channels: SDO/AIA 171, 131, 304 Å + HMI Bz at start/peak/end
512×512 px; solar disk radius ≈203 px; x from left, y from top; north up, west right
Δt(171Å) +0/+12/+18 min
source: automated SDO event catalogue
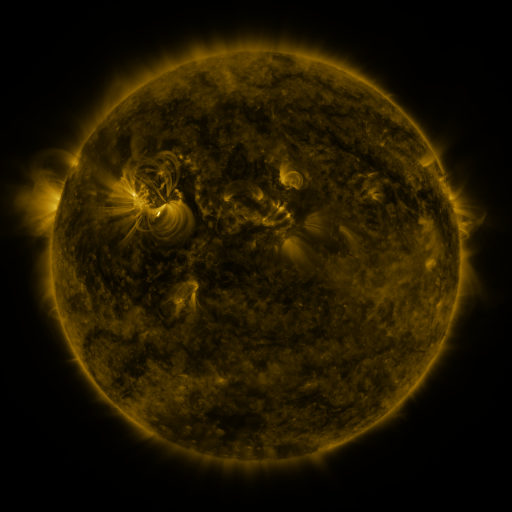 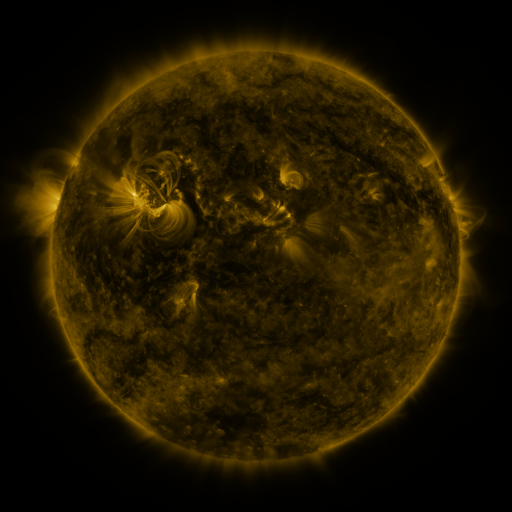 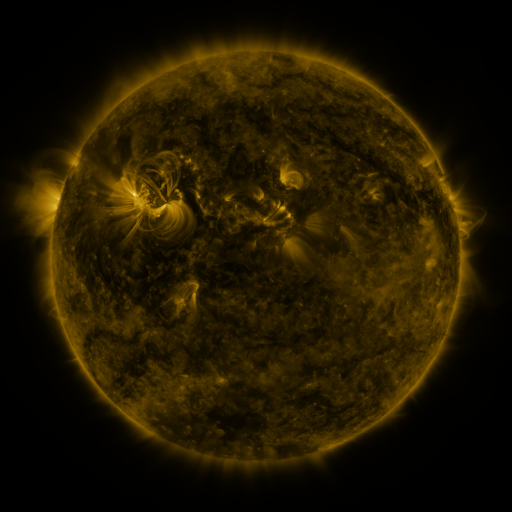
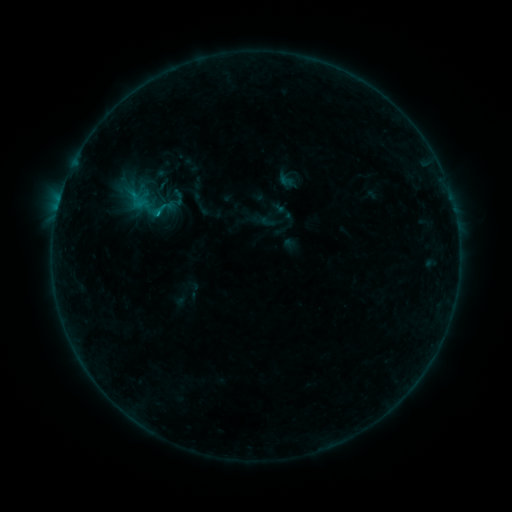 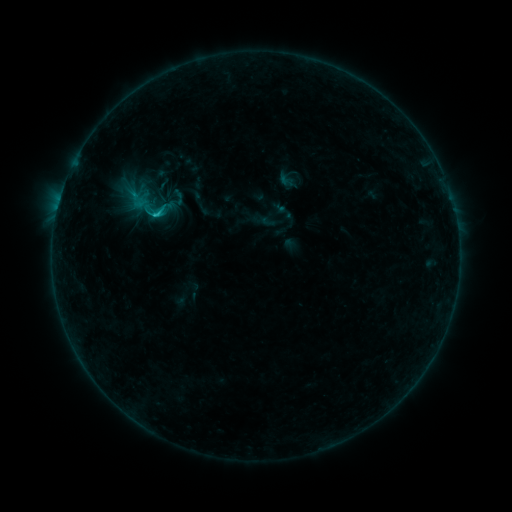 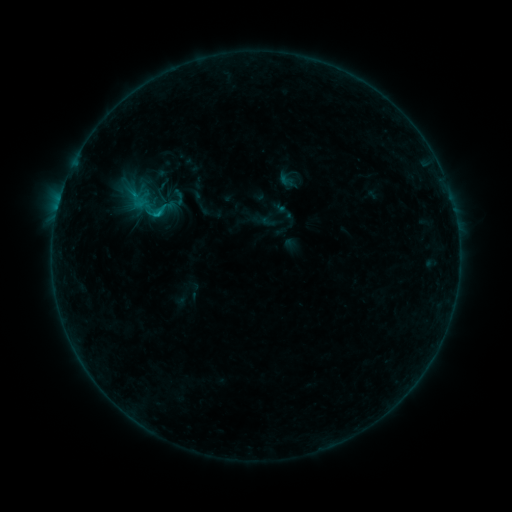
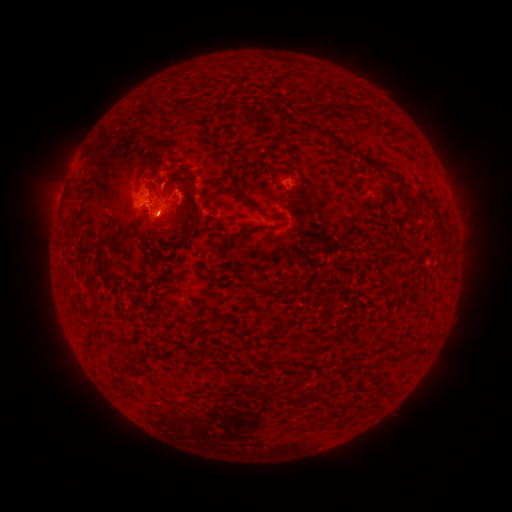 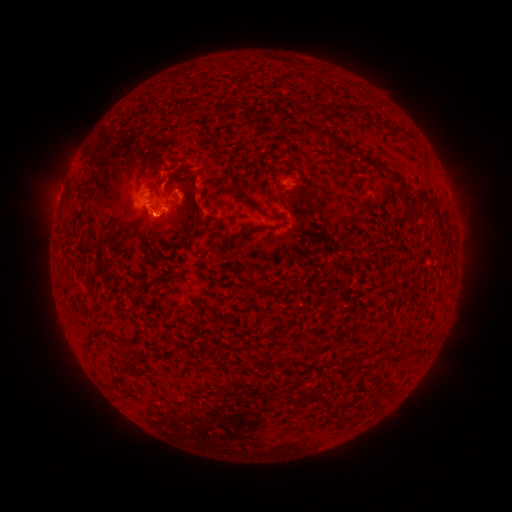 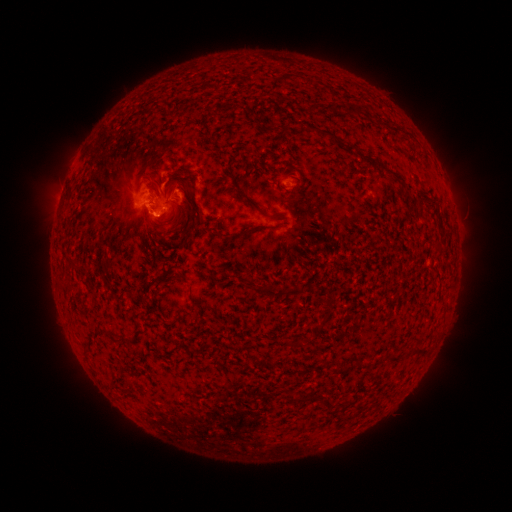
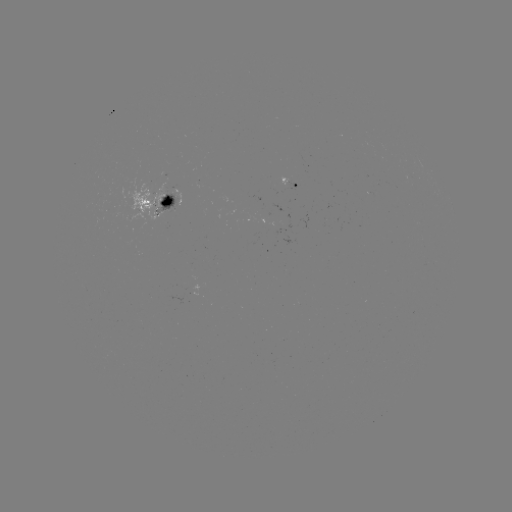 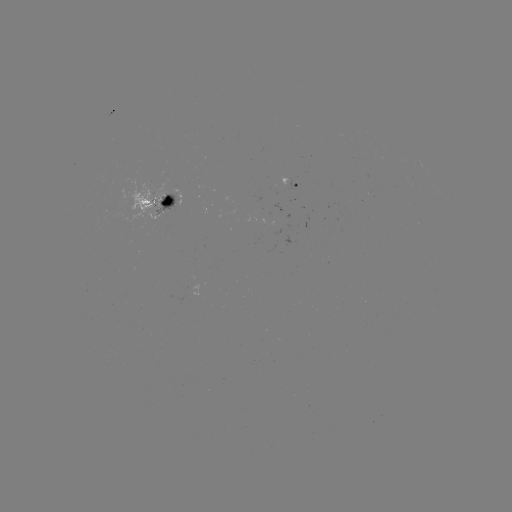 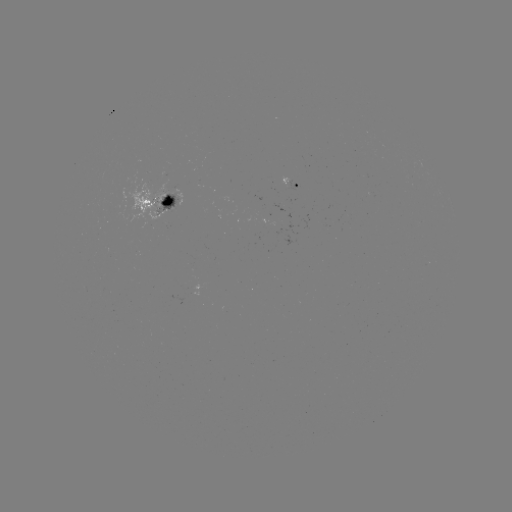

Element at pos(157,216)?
B9.3 flare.